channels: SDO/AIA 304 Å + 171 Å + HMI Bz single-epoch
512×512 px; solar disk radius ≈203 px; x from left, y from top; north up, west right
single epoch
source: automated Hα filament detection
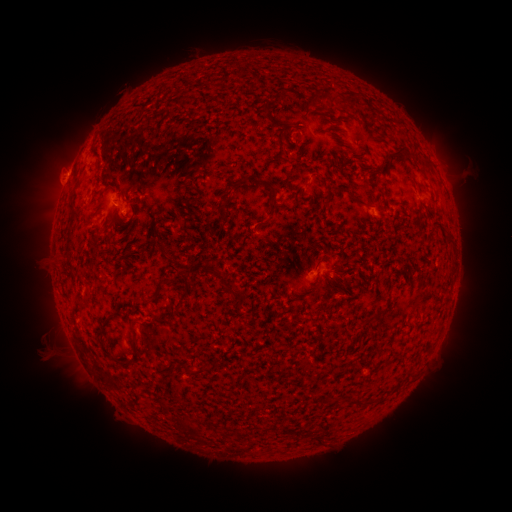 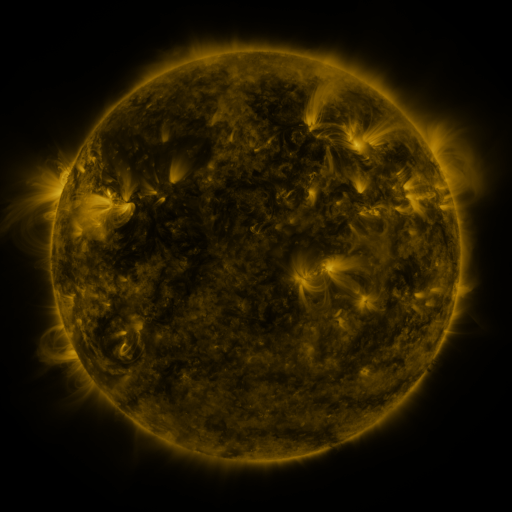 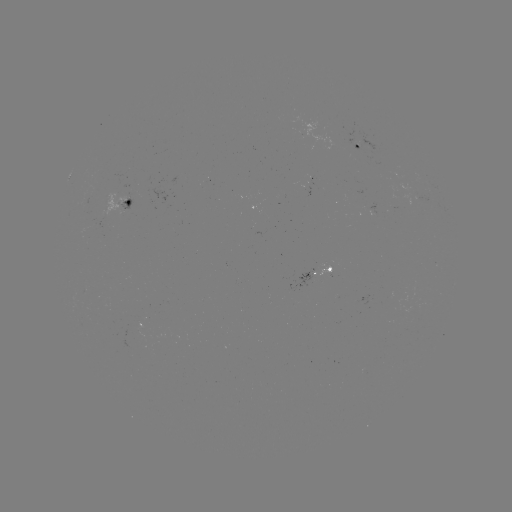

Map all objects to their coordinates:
filament: <bbox>272, 92, 281, 103</bbox>
filament: <bbox>327, 95, 338, 108</bbox>
filament: <bbox>259, 102, 269, 112</bbox>
filament: <bbox>292, 108, 326, 135</bbox>
filament: <bbox>252, 119, 291, 143</bbox>
filament: <bbox>325, 126, 345, 145</bbox>
filament: <bbox>329, 140, 355, 158</bbox>
filament: <bbox>385, 145, 406, 164</bbox>
filament: <bbox>420, 155, 431, 169</bbox>
filament: <bbox>228, 173, 275, 193</bbox>
filament: <bbox>281, 176, 288, 187</bbox>
filament: <bbox>360, 179, 374, 191</bbox>
filament: <bbox>322, 187, 330, 196</bbox>
filament: <bbox>112, 189, 122, 201</bbox>
filament: <bbox>347, 190, 367, 206</bbox>
filament: <bbox>67, 194, 75, 213</bbox>
filament: <bbox>321, 198, 329, 208</bbox>
filament: <bbox>267, 200, 274, 218</bbox>
filament: <bbox>216, 204, 227, 215</bbox>
filament: <bbox>122, 223, 133, 235</bbox>
filament: <bbox>126, 233, 136, 245</bbox>
filament: <bbox>65, 235, 72, 247</bbox>
filament: <bbox>445, 235, 453, 245</bbox>
filament: <bbox>156, 244, 167, 254</bbox>
filament: <bbox>341, 249, 356, 263</bbox>
filament: <bbox>169, 257, 188, 274</bbox>
filament: <bbox>201, 262, 246, 310</bbox>
filament: <bbox>161, 279, 171, 286</bbox>
filament: <bbox>180, 291, 190, 301</bbox>
filament: <bbox>294, 293, 317, 300</bbox>
filament: <bbox>147, 296, 158, 304</bbox>
filament: <bbox>318, 304, 329, 311</bbox>
filament: <bbox>375, 305, 388, 315</bbox>
filament: <bbox>148, 310, 166, 324</bbox>
filament: <bbox>129, 320, 139, 348</bbox>
filament: <bbox>183, 362, 198, 376</bbox>
filament: <bbox>200, 363, 212, 373</bbox>
filament: <bbox>355, 395, 376, 404</bbox>
filament: <bbox>185, 422, 205, 442</bbox>
